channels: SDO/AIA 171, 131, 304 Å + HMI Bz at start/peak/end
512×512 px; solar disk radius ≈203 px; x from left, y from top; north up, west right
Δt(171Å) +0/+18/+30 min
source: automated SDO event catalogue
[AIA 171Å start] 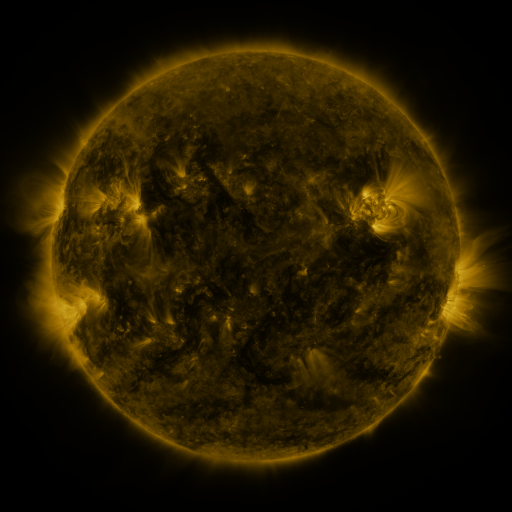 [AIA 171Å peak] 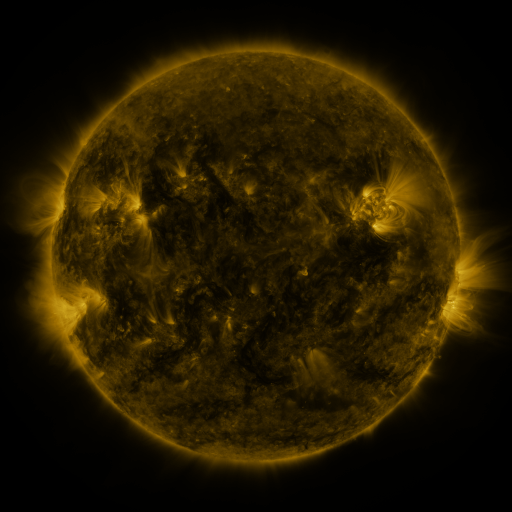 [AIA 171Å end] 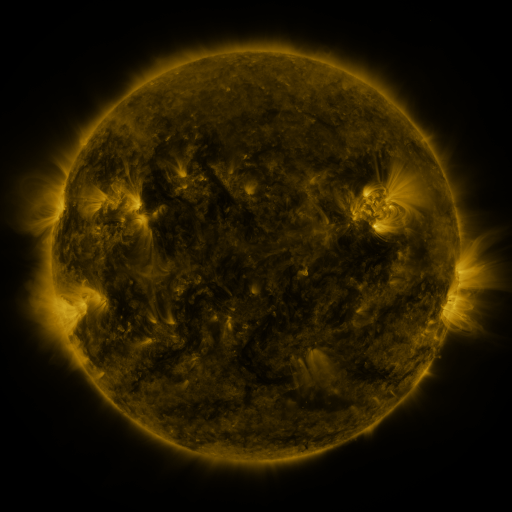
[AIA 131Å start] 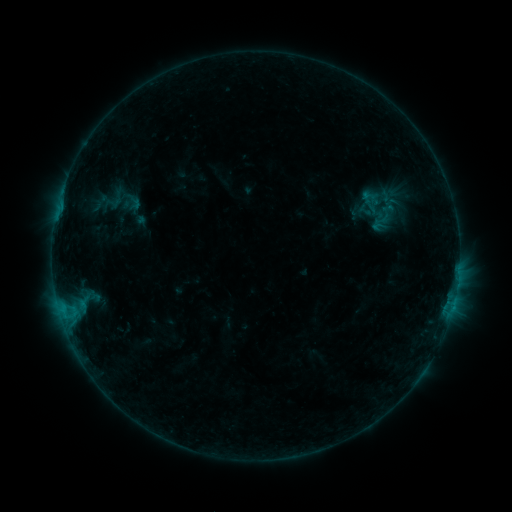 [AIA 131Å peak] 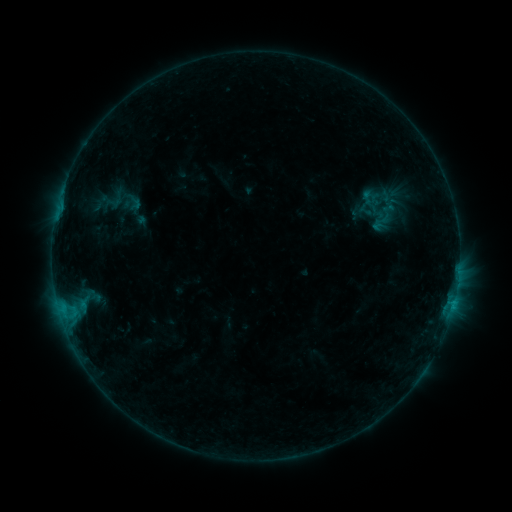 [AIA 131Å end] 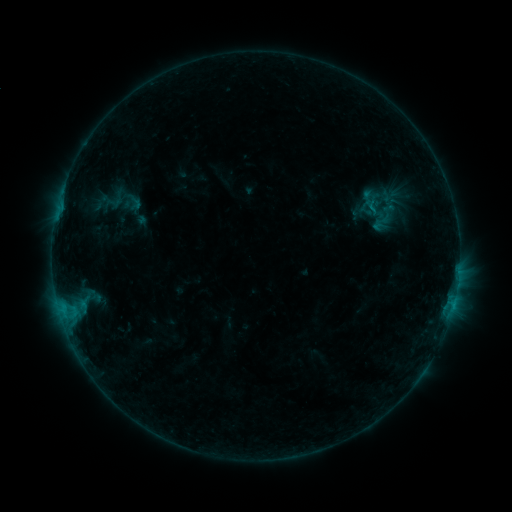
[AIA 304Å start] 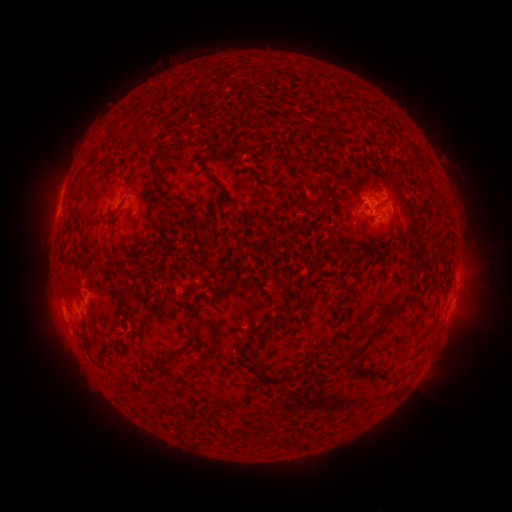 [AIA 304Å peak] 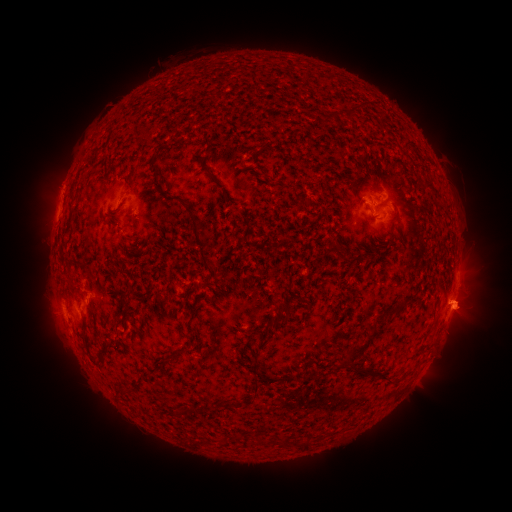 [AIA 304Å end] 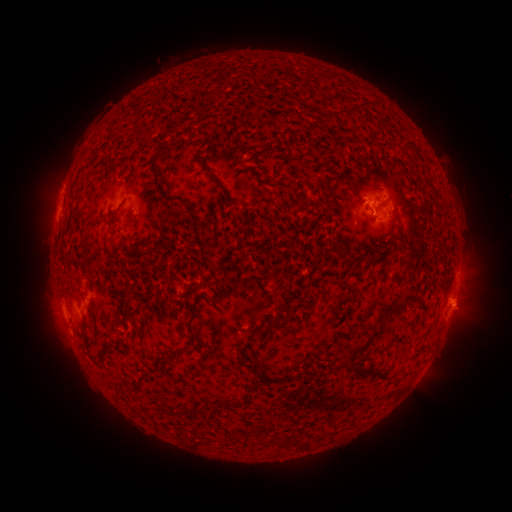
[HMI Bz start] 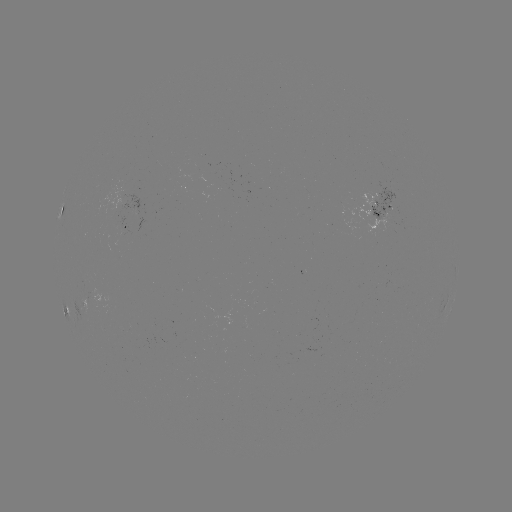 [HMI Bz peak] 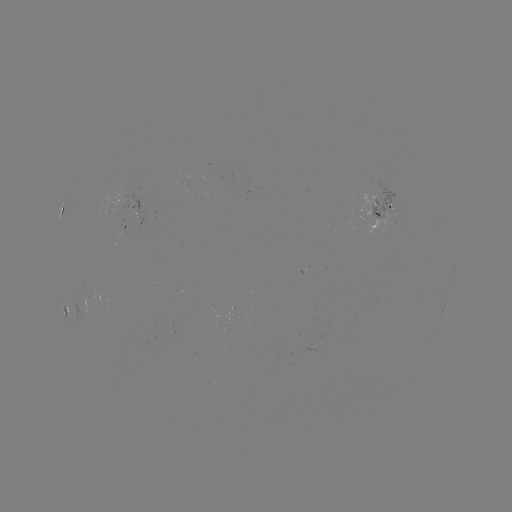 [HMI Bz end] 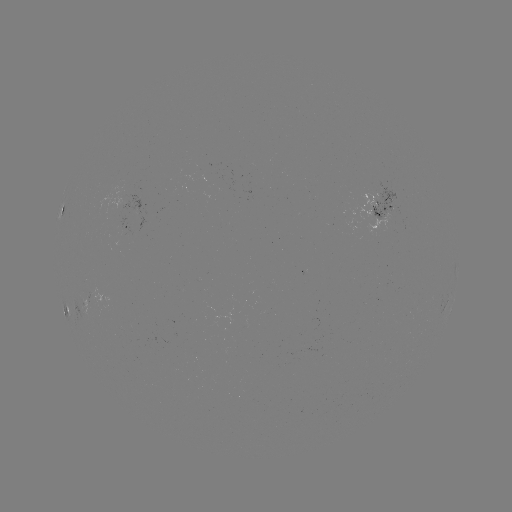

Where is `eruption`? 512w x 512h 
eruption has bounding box [397, 274, 505, 359].